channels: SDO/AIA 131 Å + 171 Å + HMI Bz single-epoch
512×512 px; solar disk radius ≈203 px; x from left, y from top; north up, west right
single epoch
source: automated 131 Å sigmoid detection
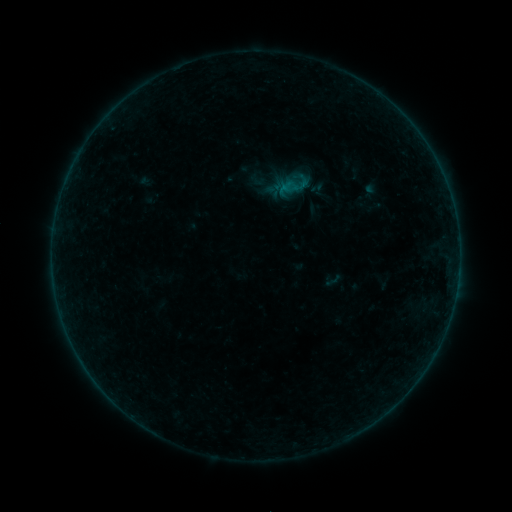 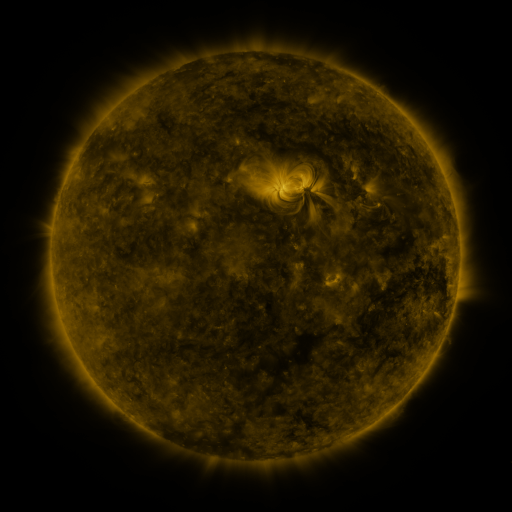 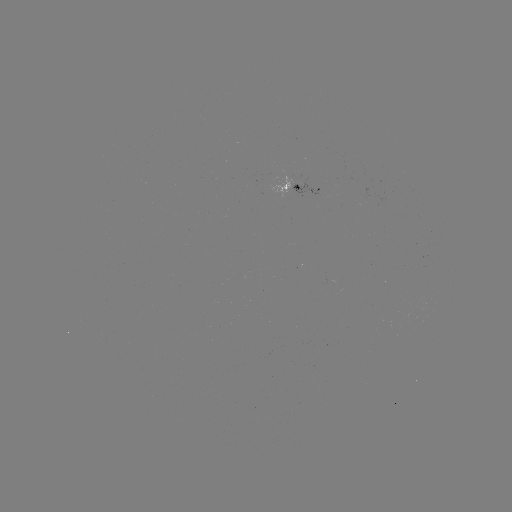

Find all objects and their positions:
sigmoid: (333, 280)
